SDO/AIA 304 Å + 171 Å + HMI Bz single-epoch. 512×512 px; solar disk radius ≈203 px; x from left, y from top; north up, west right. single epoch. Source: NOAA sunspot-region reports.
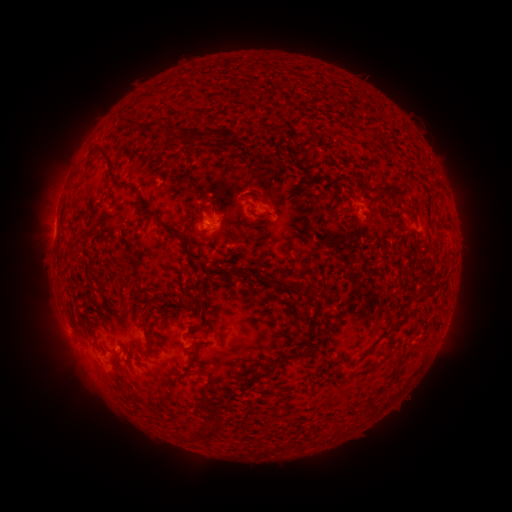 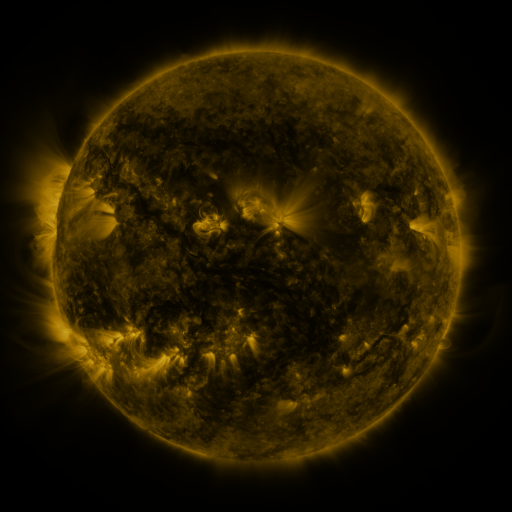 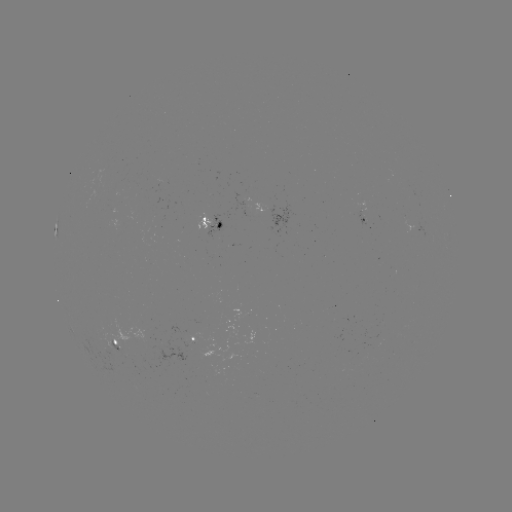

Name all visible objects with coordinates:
spotted active region: (286, 216)
spotted active region: (368, 219)
spotted active region: (215, 223)
spotted active region: (195, 337)
spotted active region: (120, 347)
